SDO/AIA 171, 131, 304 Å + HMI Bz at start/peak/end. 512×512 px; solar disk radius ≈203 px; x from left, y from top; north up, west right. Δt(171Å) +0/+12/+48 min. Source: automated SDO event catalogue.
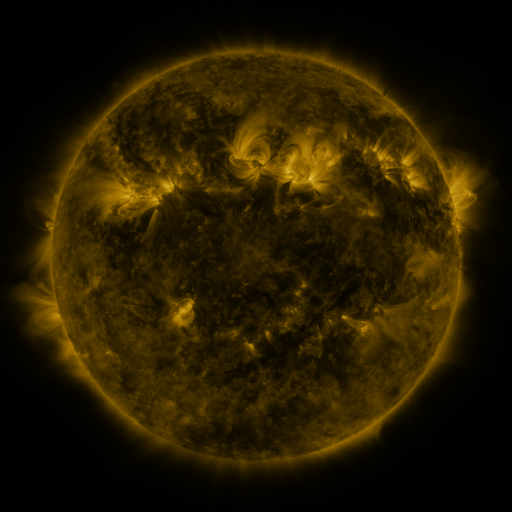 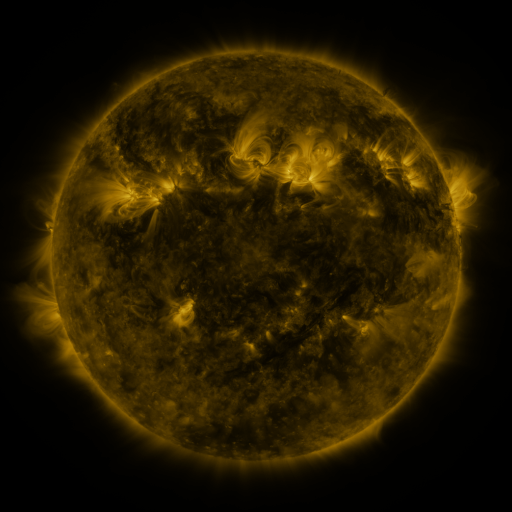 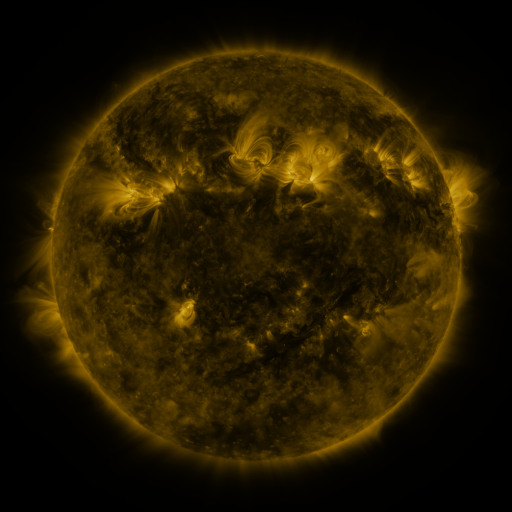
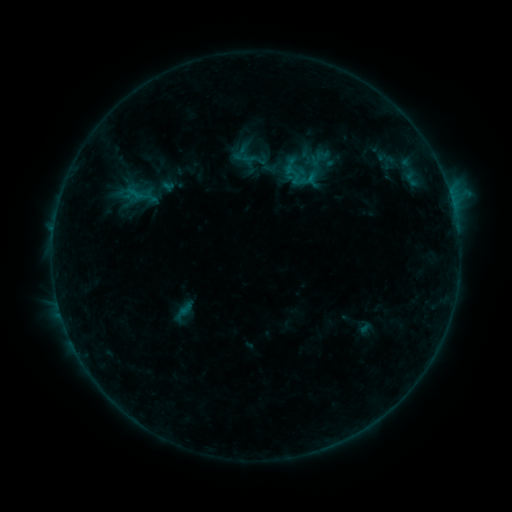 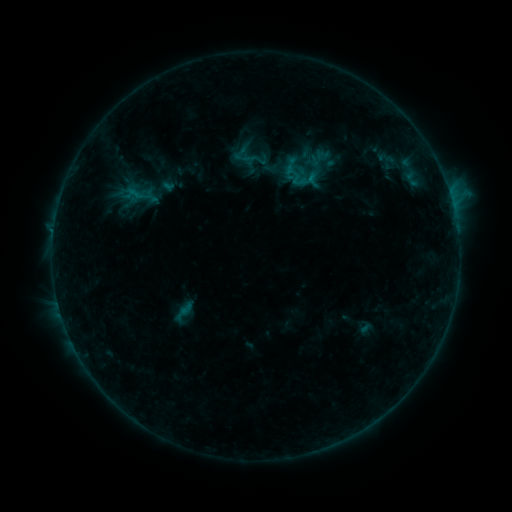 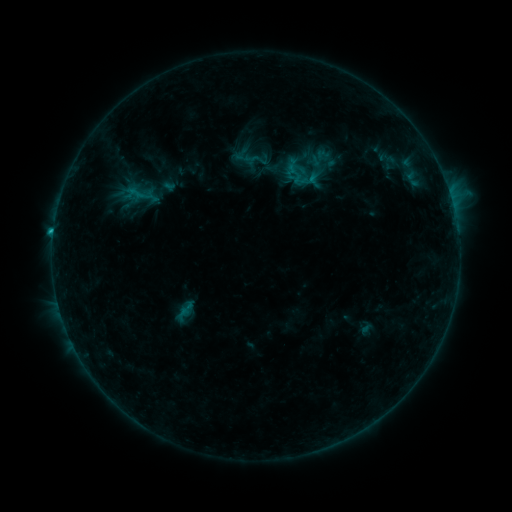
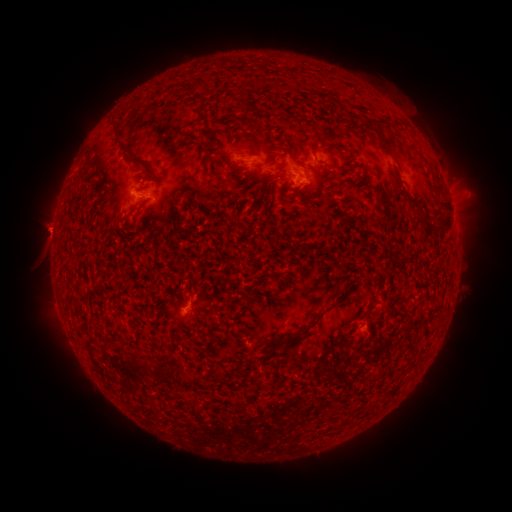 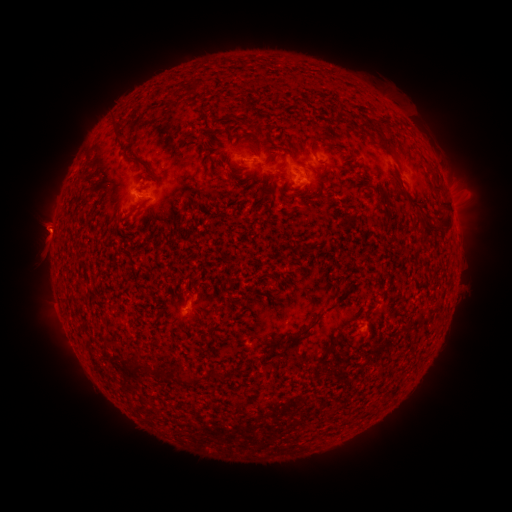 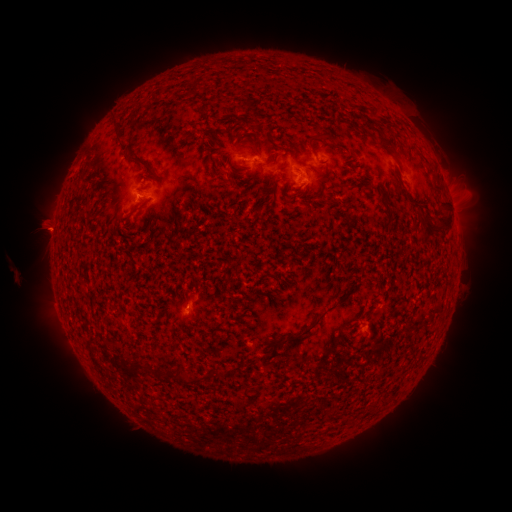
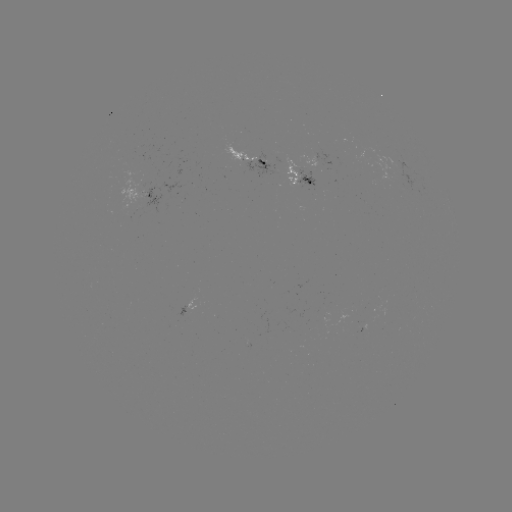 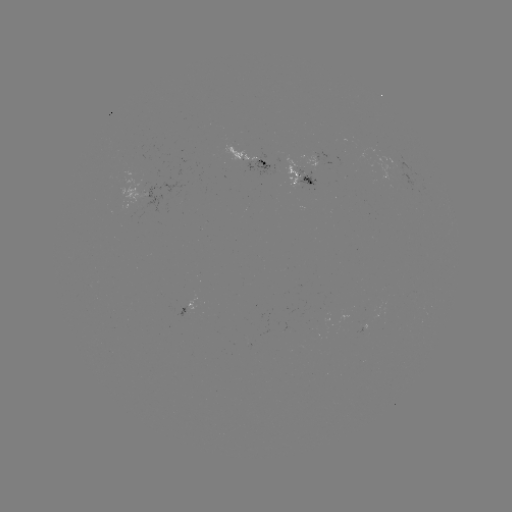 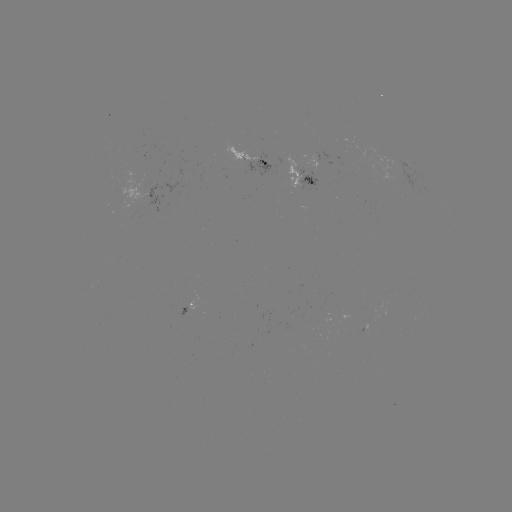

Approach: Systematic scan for emerging-flux region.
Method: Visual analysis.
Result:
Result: emerging-flux region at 297,179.